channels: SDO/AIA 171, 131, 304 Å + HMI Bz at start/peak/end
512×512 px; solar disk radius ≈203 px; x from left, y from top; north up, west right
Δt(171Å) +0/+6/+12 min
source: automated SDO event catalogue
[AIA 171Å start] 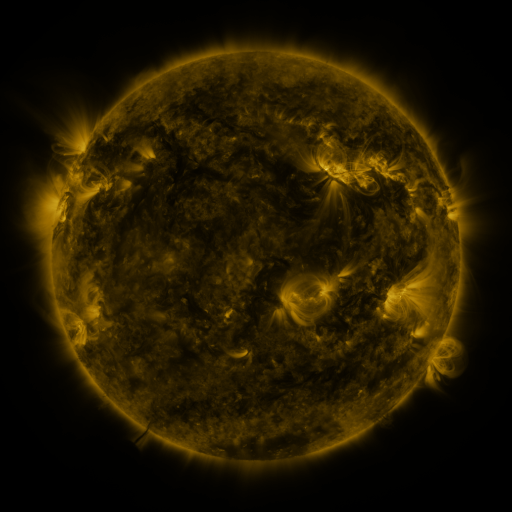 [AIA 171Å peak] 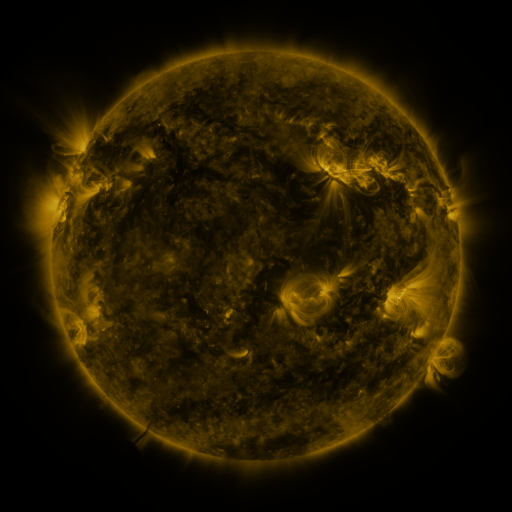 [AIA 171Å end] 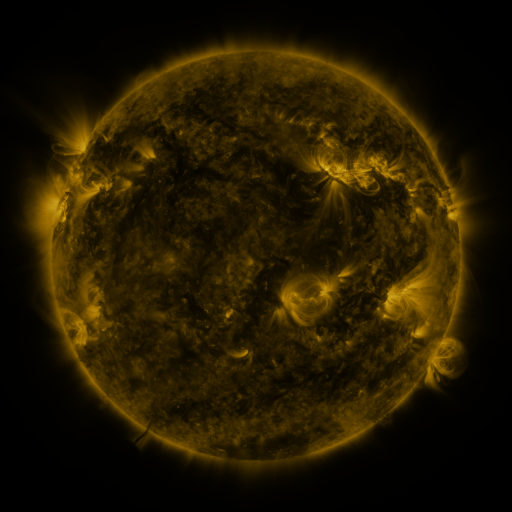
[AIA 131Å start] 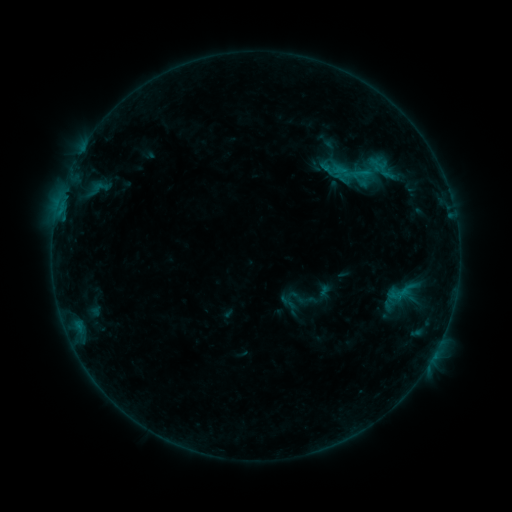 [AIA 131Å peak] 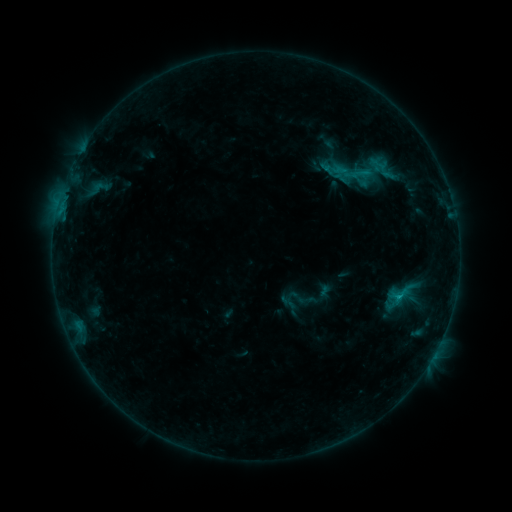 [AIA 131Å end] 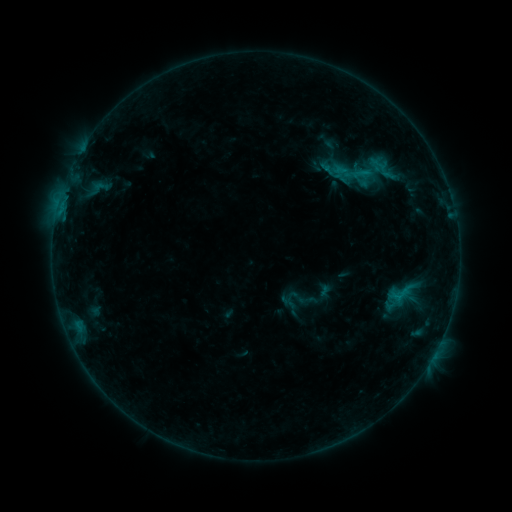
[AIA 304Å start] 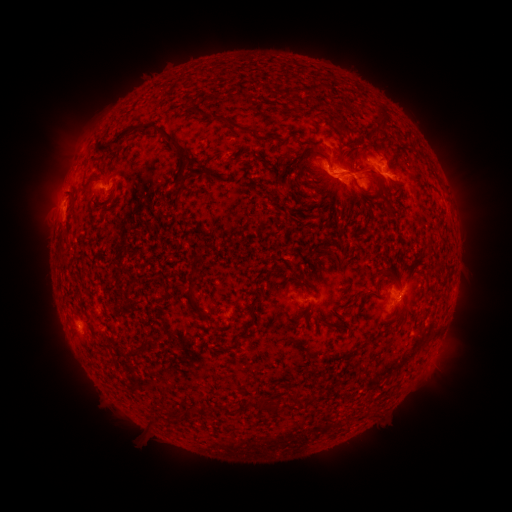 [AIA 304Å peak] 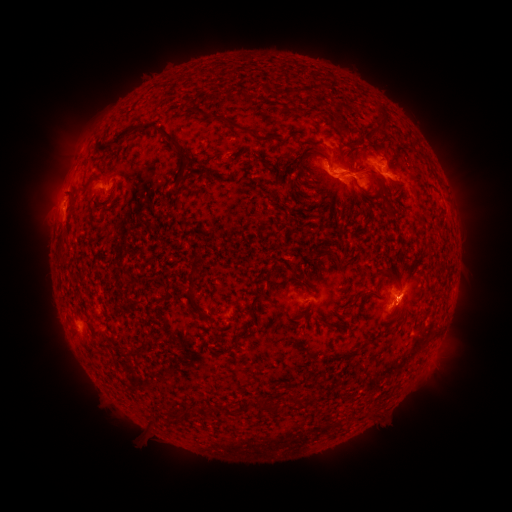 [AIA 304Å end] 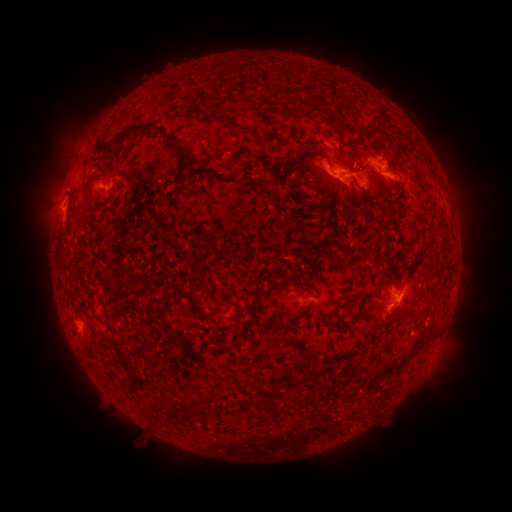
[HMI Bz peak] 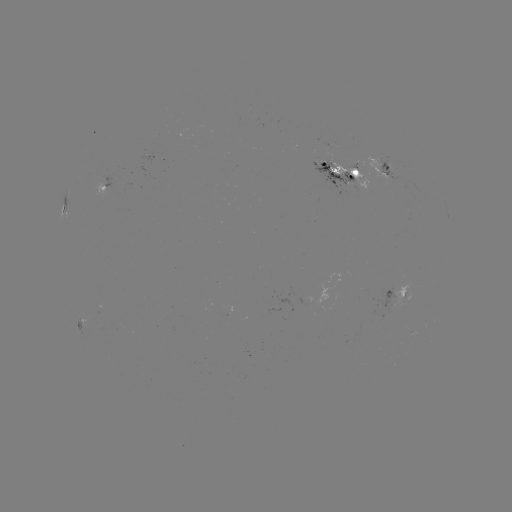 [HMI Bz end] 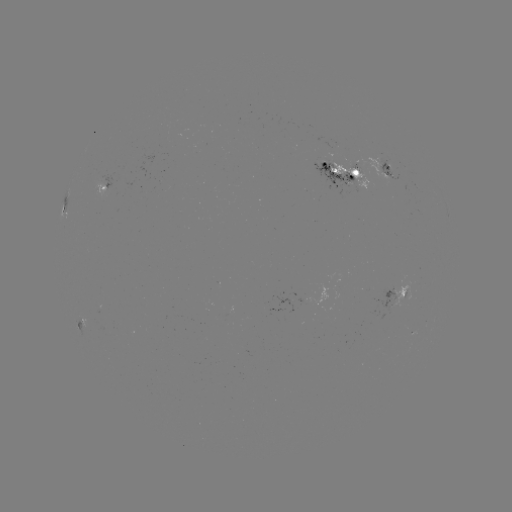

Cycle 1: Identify C1.6 flare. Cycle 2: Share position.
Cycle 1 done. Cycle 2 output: [399, 294].